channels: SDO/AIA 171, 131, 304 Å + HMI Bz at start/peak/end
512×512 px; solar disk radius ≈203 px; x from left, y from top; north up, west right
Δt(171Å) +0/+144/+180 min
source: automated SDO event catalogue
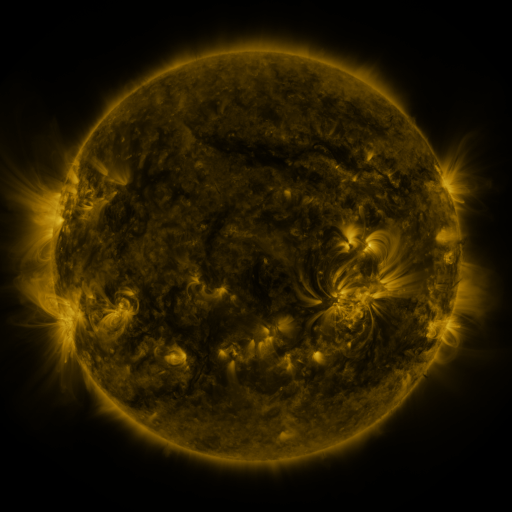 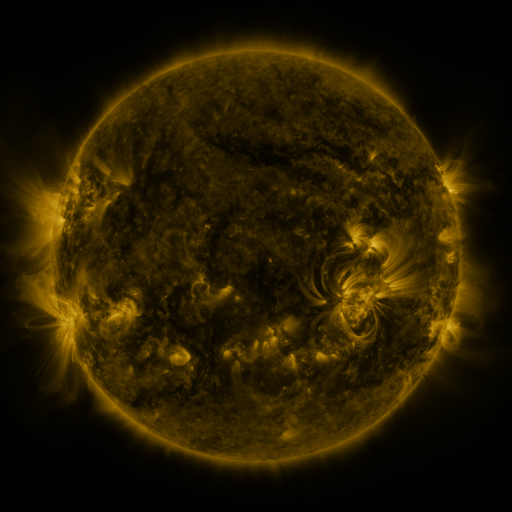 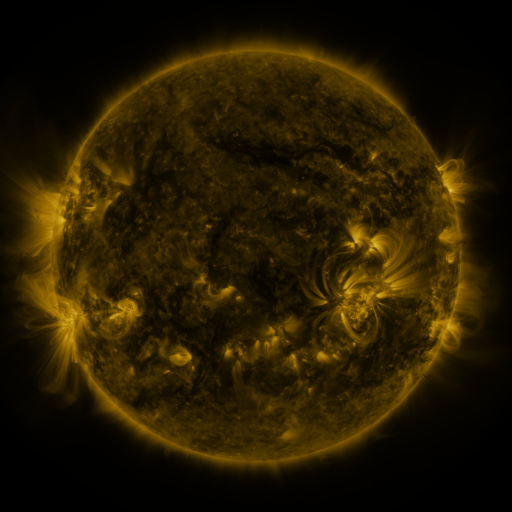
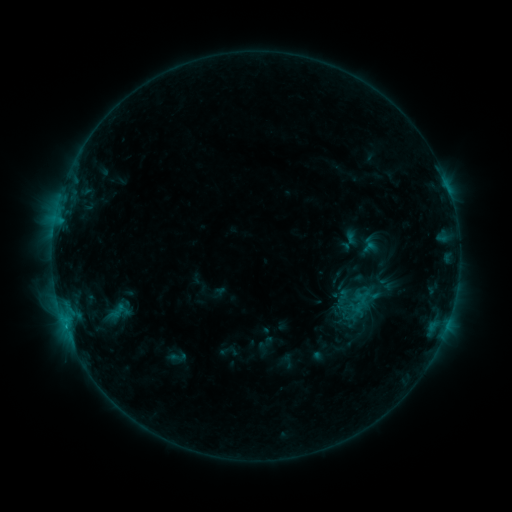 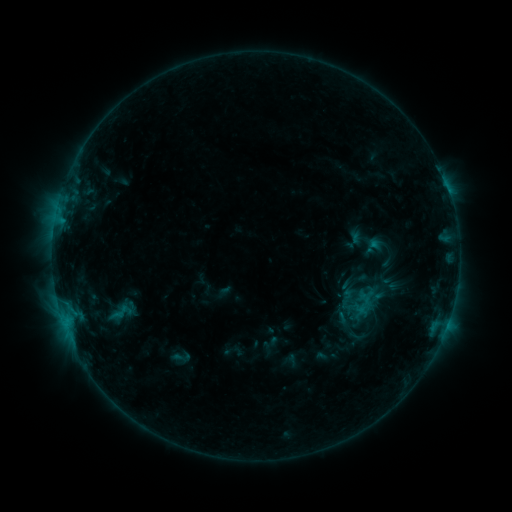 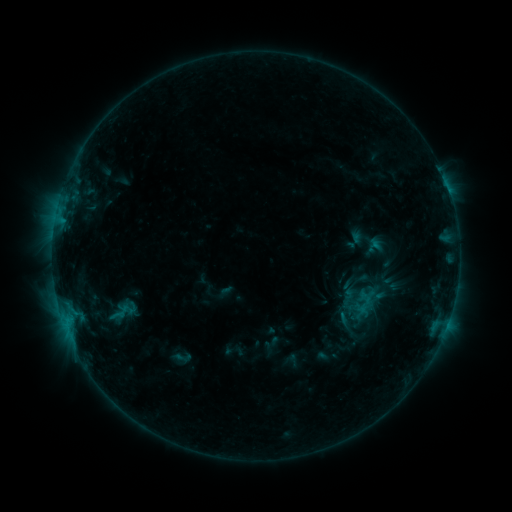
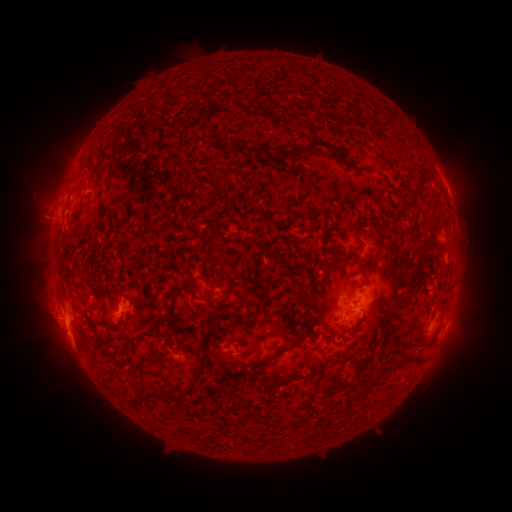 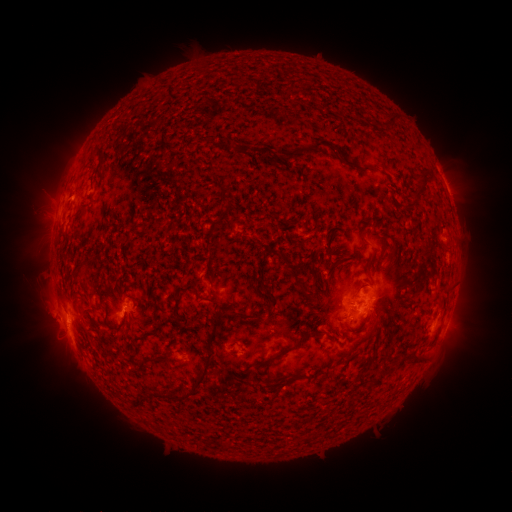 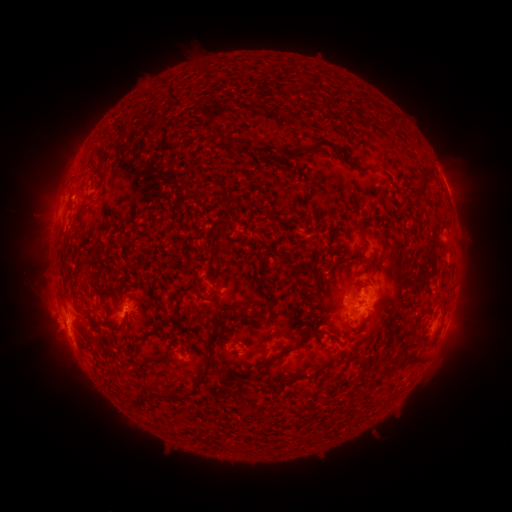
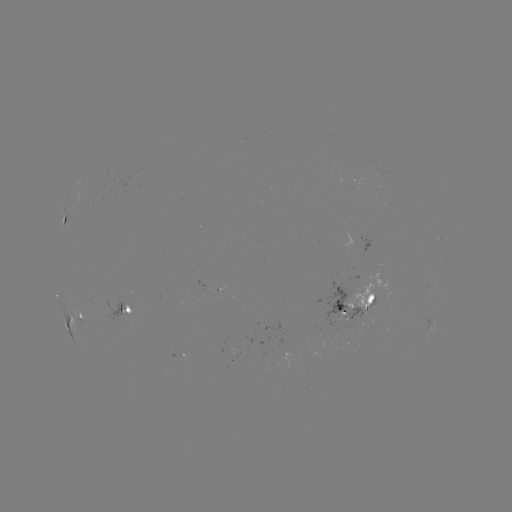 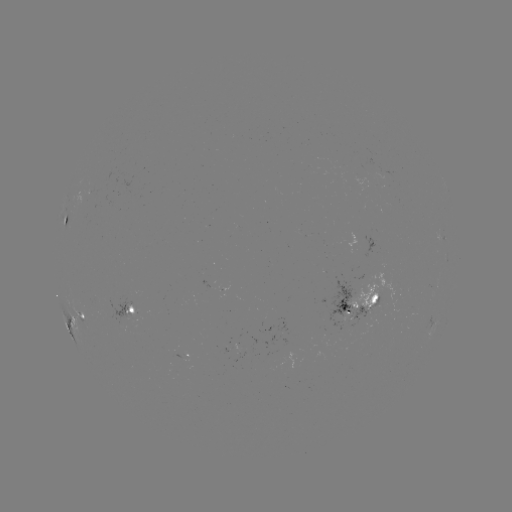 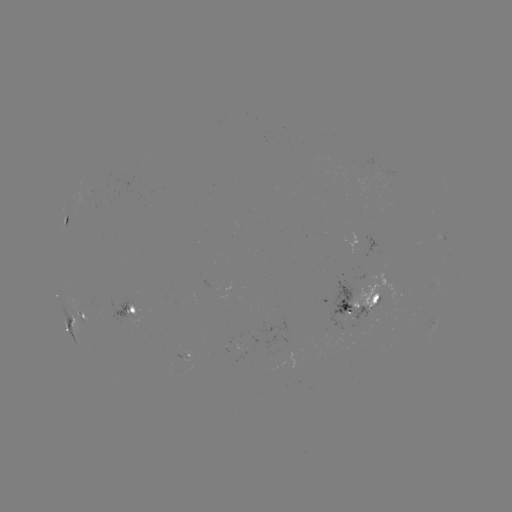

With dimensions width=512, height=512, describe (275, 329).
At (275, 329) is emerging-flux region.